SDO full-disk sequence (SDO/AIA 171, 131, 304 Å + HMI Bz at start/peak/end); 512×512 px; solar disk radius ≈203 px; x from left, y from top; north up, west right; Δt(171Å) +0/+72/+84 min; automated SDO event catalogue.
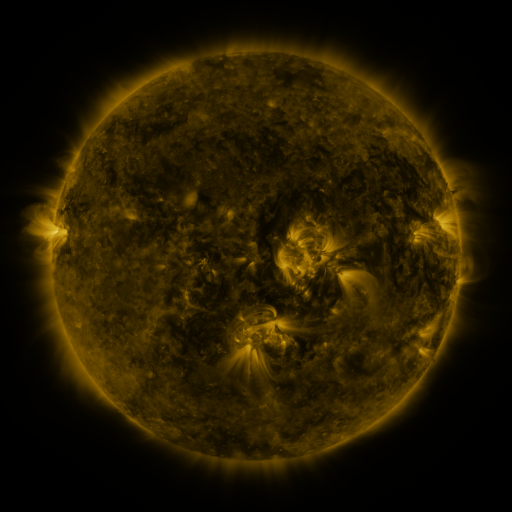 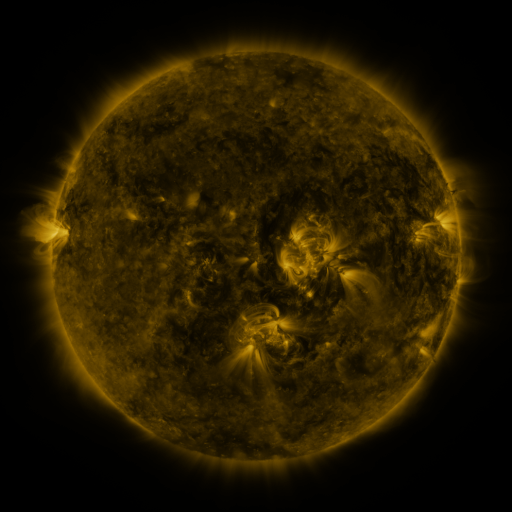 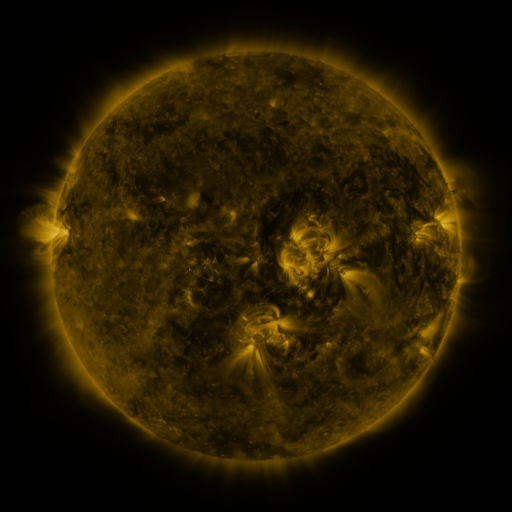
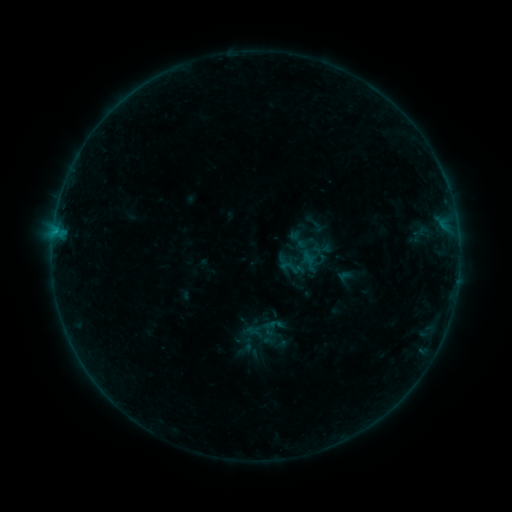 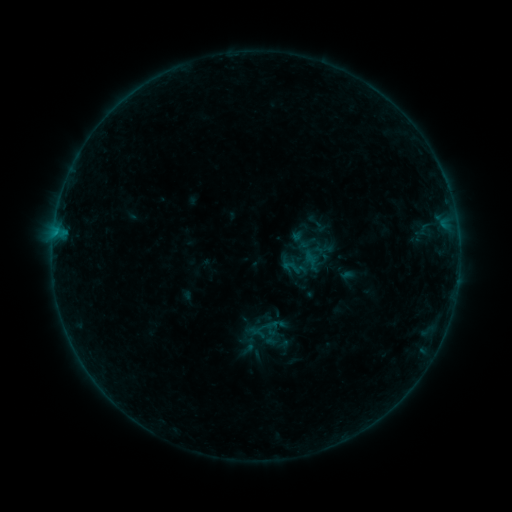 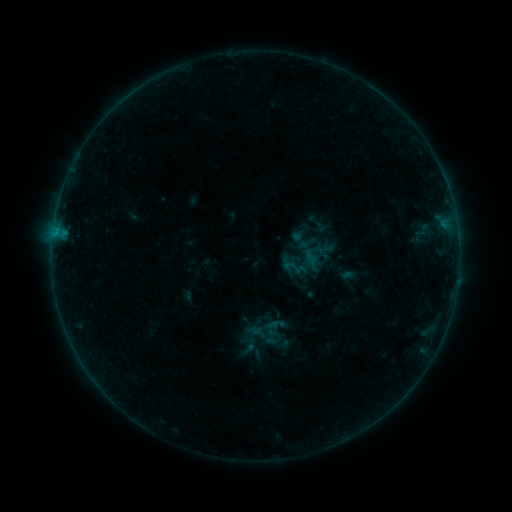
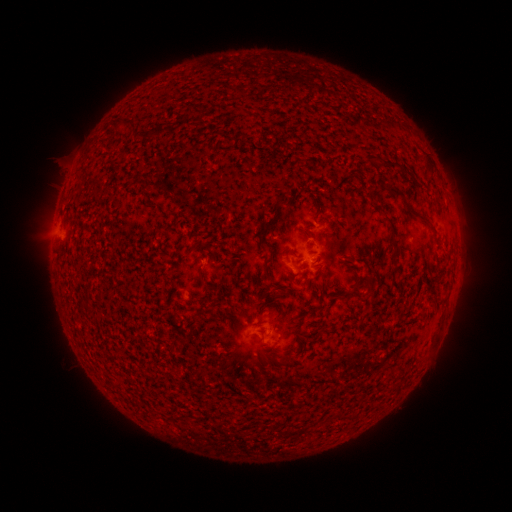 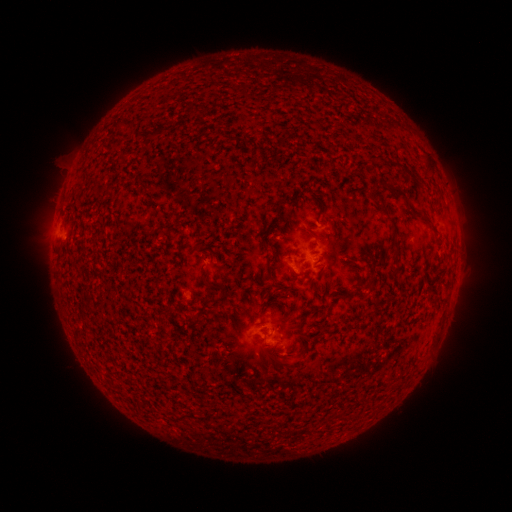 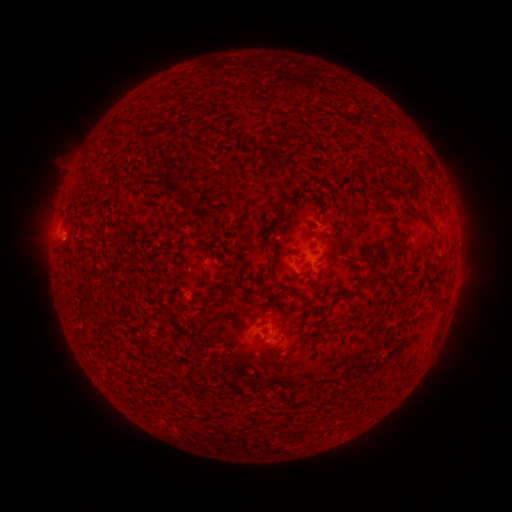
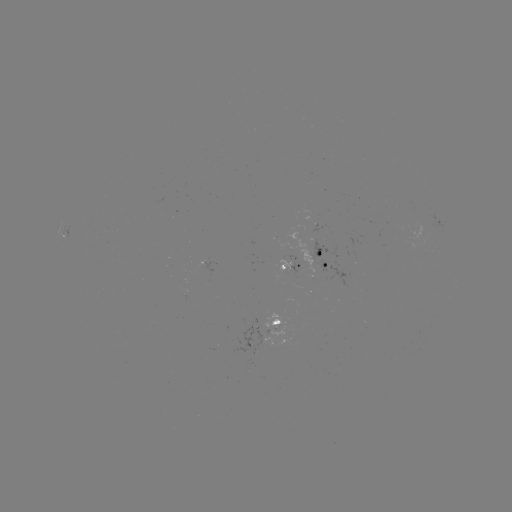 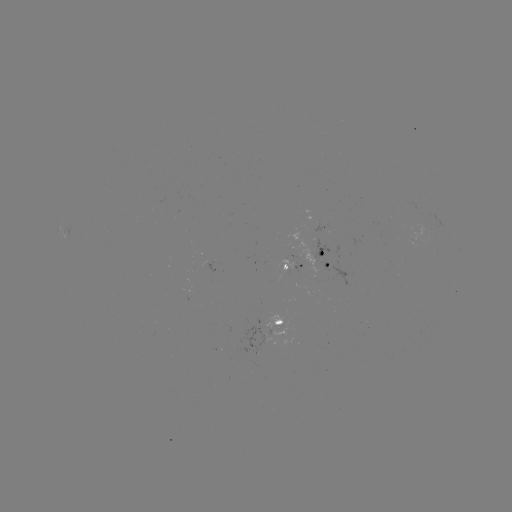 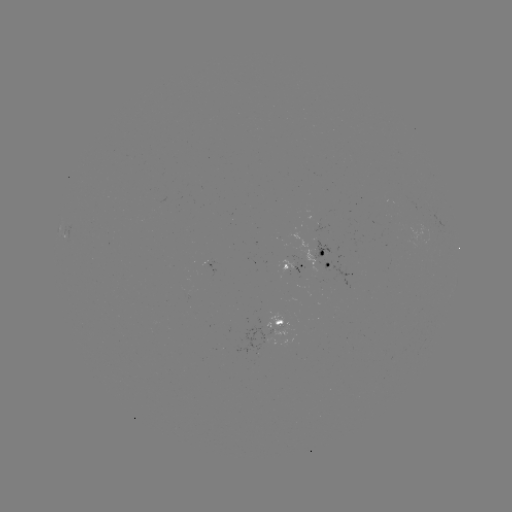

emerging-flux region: (265, 312, 282, 328)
